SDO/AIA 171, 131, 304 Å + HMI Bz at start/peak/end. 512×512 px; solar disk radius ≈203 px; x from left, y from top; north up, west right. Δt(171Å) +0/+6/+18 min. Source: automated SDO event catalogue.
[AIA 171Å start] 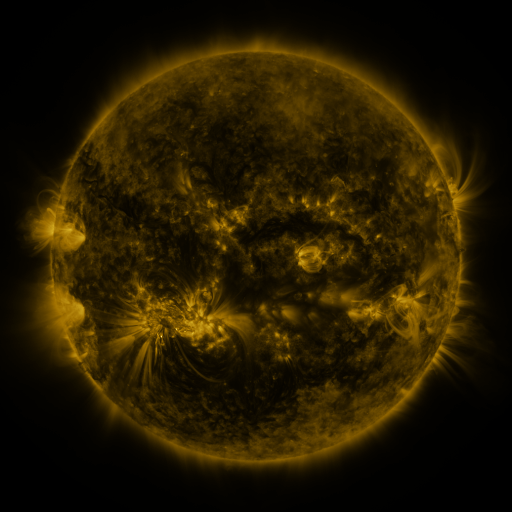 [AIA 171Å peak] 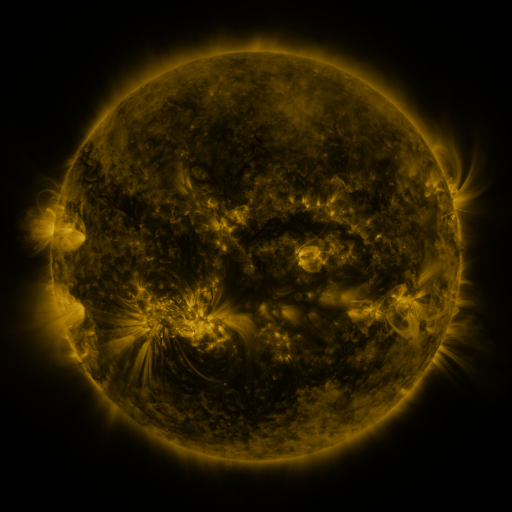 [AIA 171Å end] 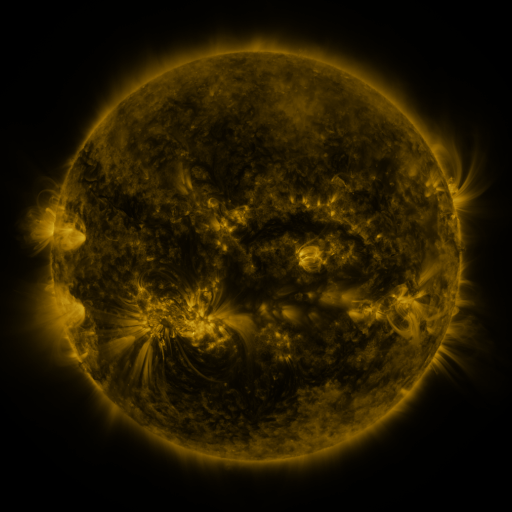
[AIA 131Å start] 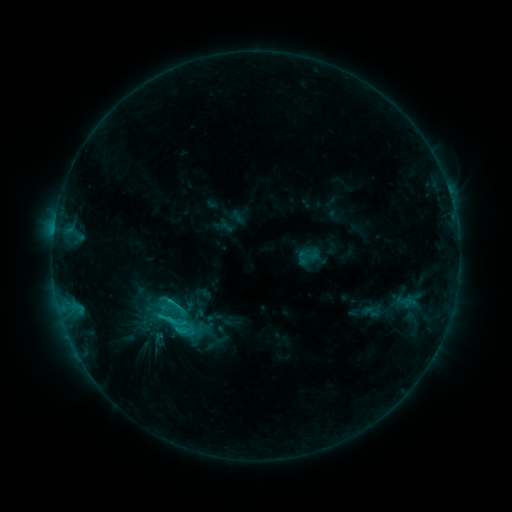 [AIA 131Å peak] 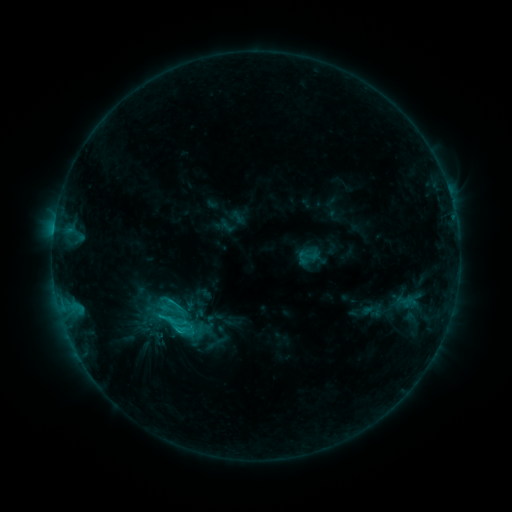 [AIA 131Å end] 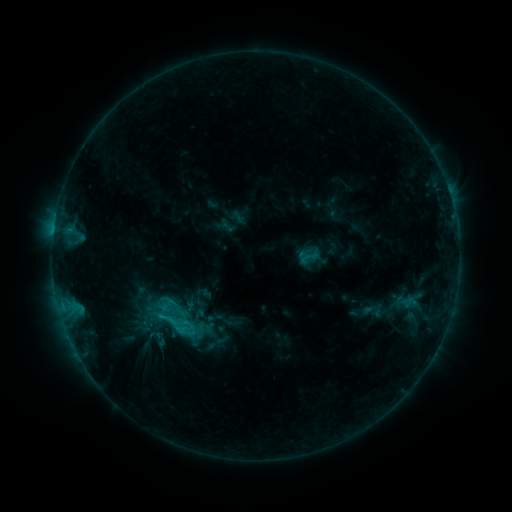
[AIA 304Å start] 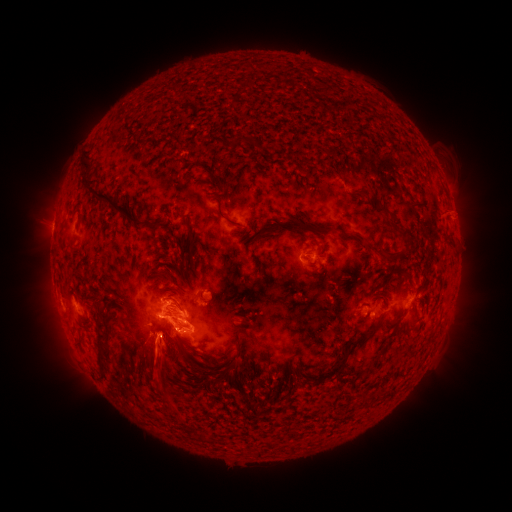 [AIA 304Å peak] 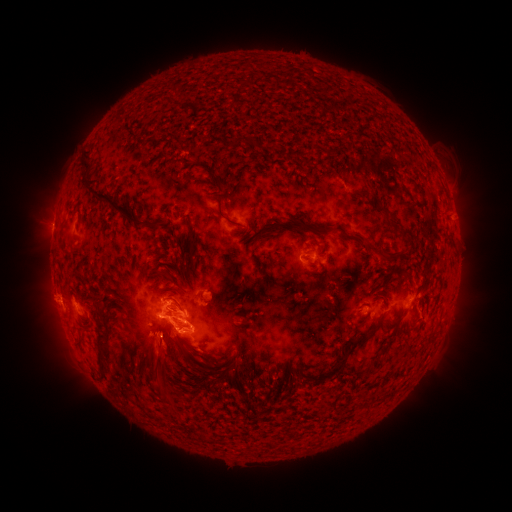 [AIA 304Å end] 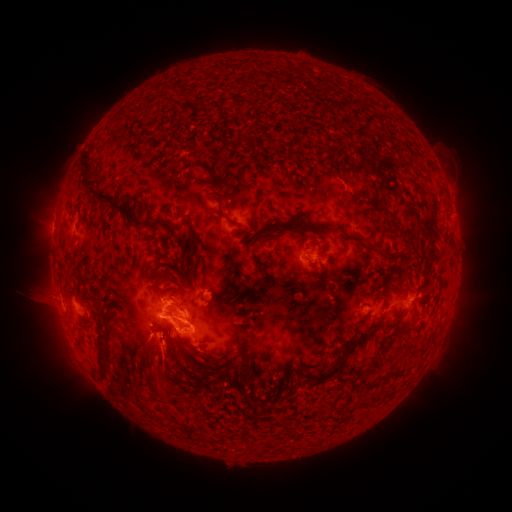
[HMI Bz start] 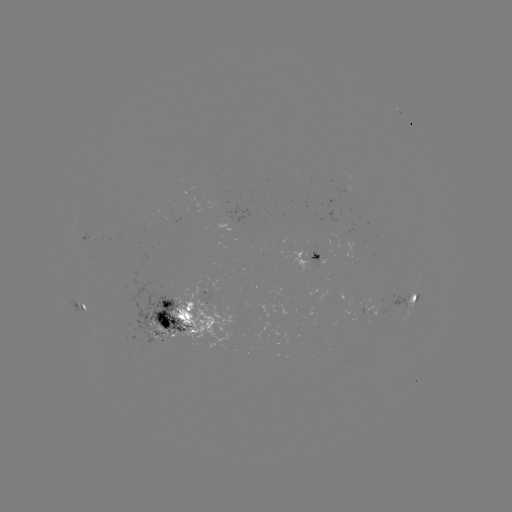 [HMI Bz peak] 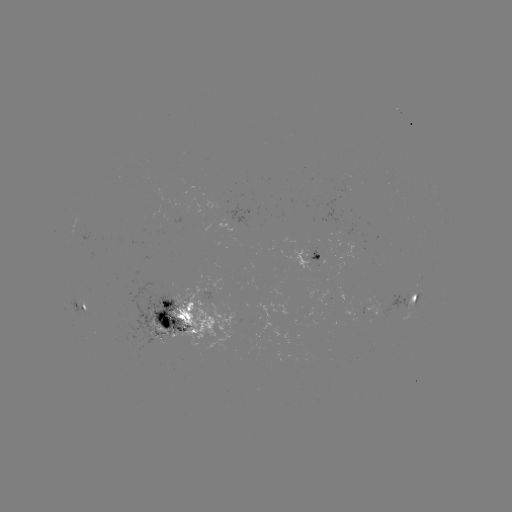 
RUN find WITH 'eruption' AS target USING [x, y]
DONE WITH [47, 301] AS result